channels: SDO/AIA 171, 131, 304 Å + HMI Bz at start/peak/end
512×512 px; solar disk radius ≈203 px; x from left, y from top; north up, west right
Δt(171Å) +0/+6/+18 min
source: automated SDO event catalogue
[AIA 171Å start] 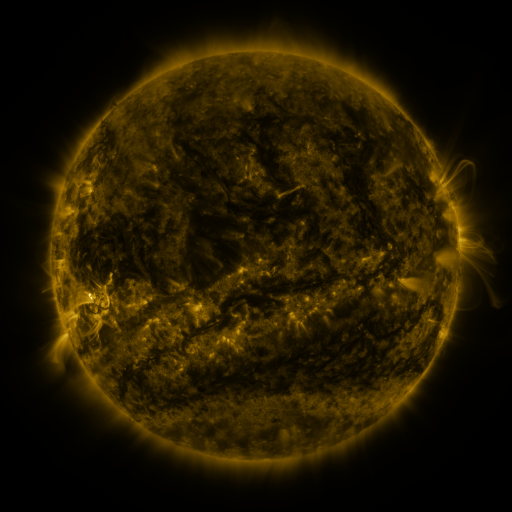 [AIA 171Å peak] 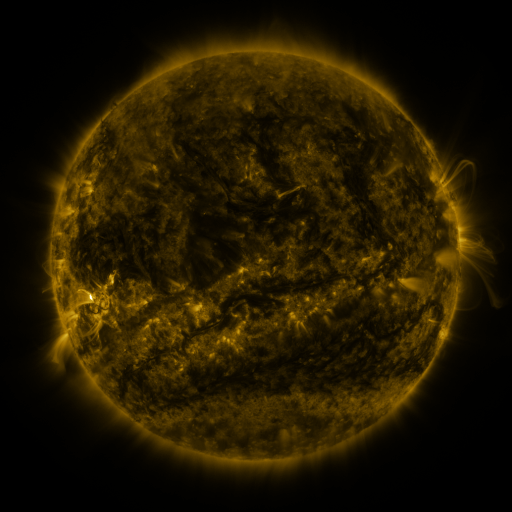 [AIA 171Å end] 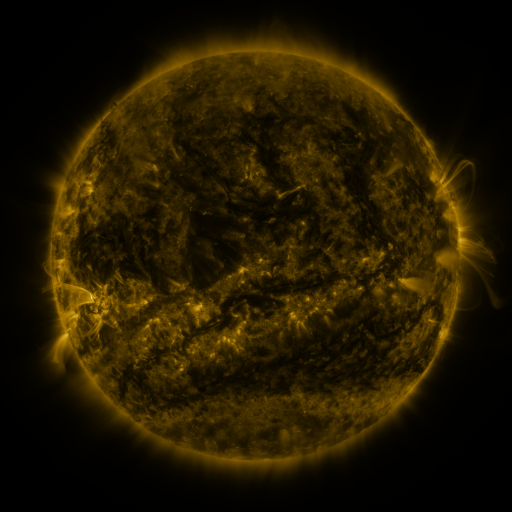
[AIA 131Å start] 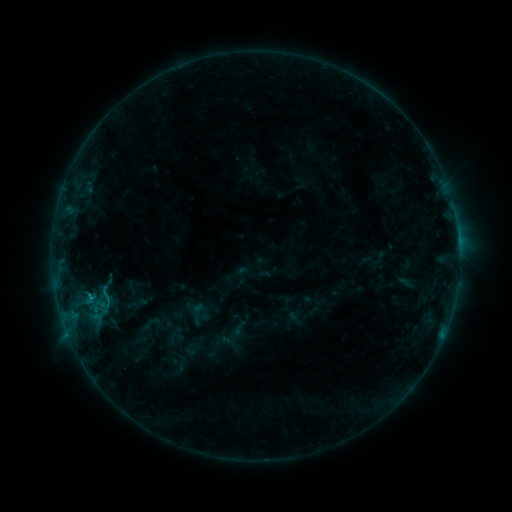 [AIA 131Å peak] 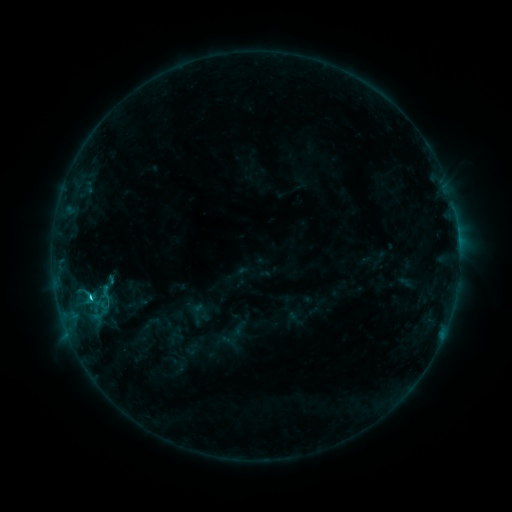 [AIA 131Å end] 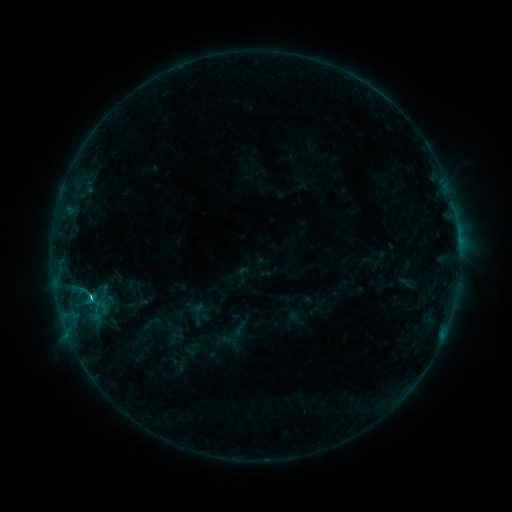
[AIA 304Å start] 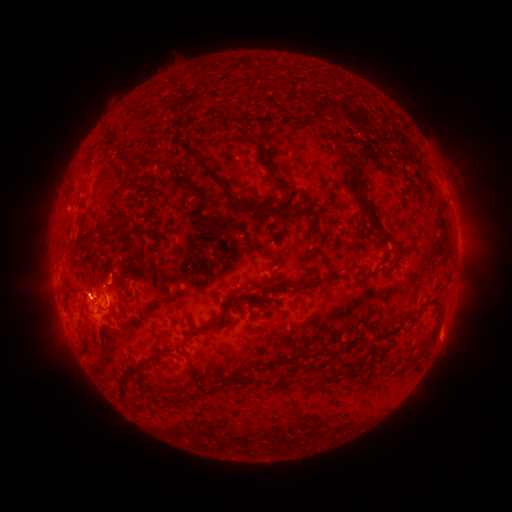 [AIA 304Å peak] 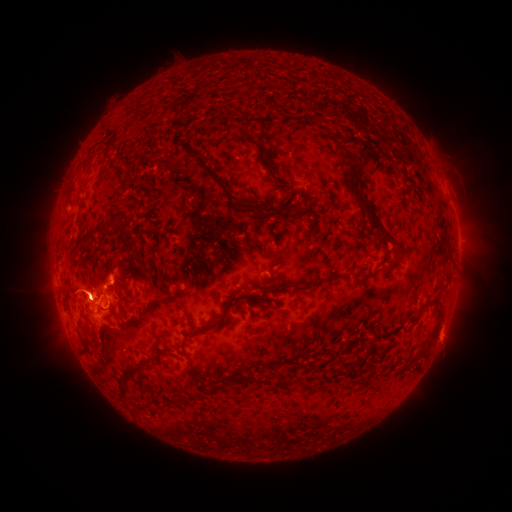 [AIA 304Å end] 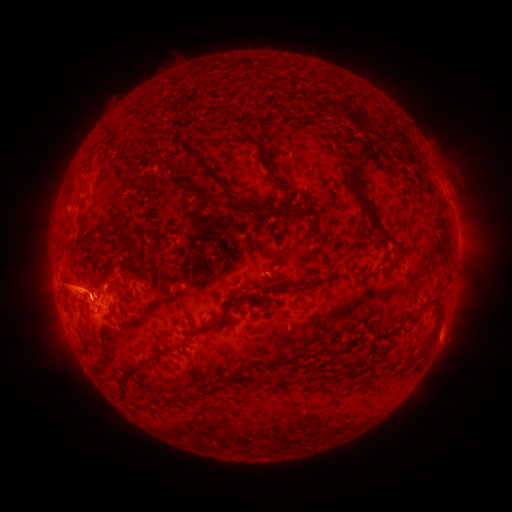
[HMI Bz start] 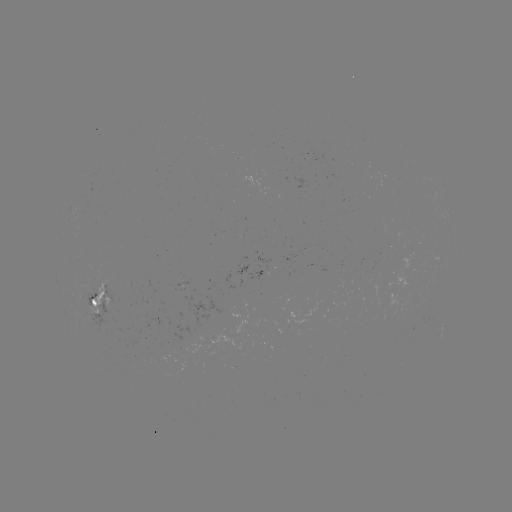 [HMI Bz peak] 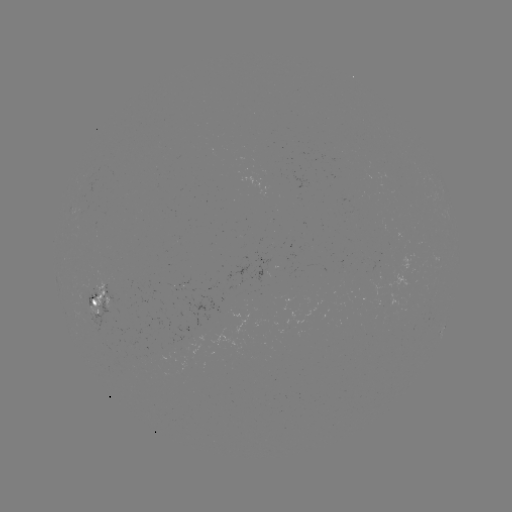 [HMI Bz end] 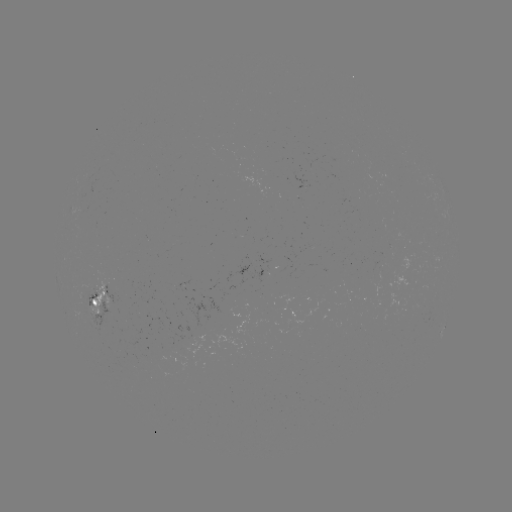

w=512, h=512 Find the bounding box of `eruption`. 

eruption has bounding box [18, 253, 143, 336].